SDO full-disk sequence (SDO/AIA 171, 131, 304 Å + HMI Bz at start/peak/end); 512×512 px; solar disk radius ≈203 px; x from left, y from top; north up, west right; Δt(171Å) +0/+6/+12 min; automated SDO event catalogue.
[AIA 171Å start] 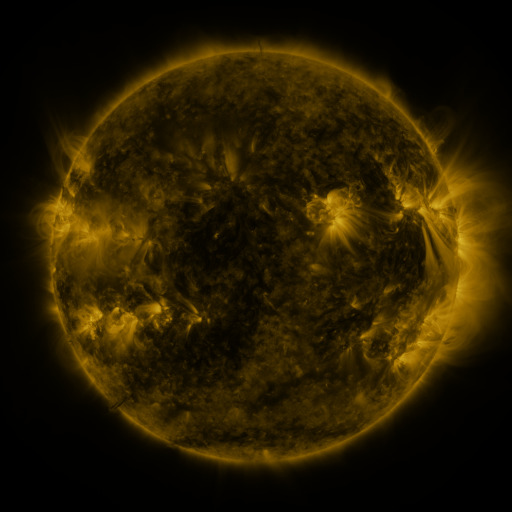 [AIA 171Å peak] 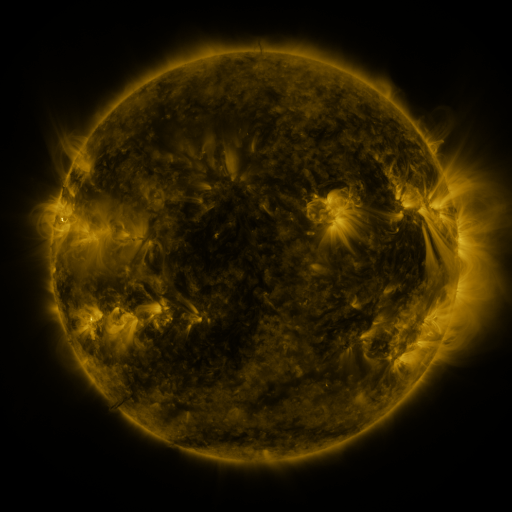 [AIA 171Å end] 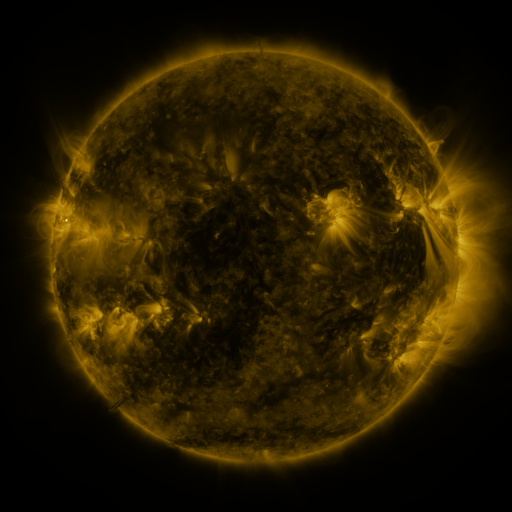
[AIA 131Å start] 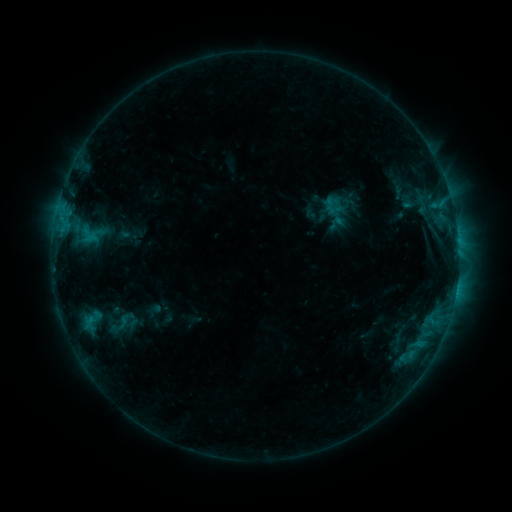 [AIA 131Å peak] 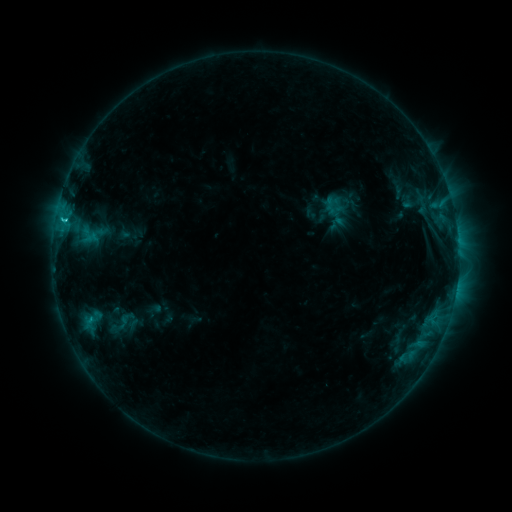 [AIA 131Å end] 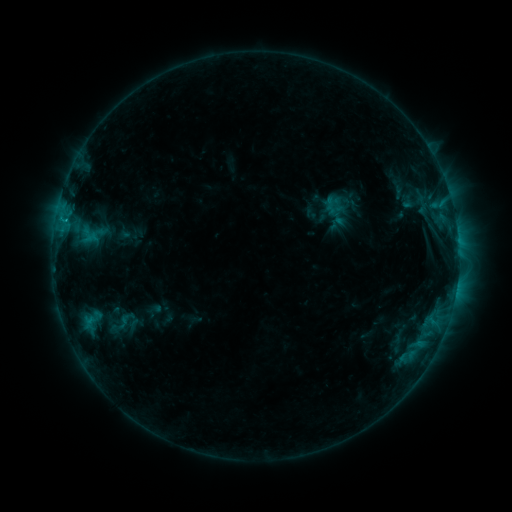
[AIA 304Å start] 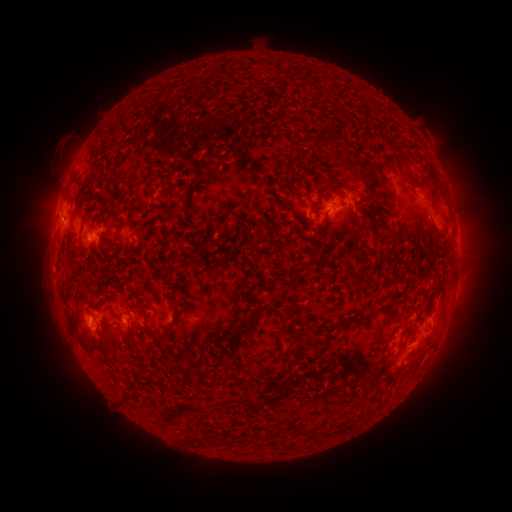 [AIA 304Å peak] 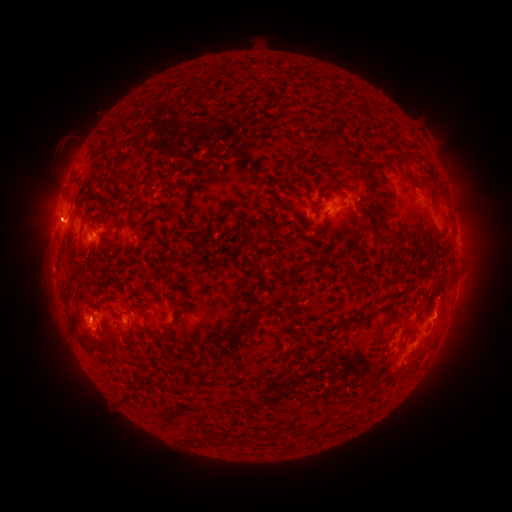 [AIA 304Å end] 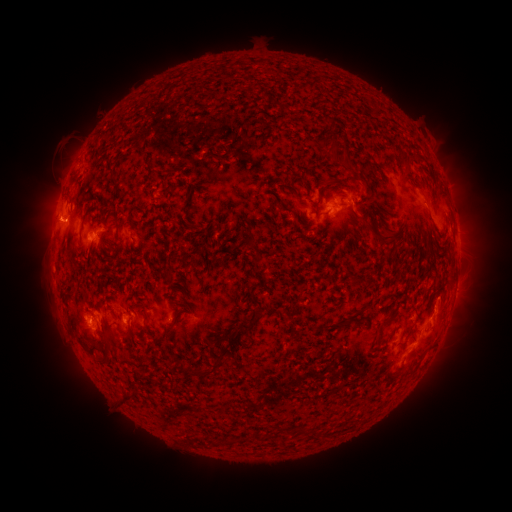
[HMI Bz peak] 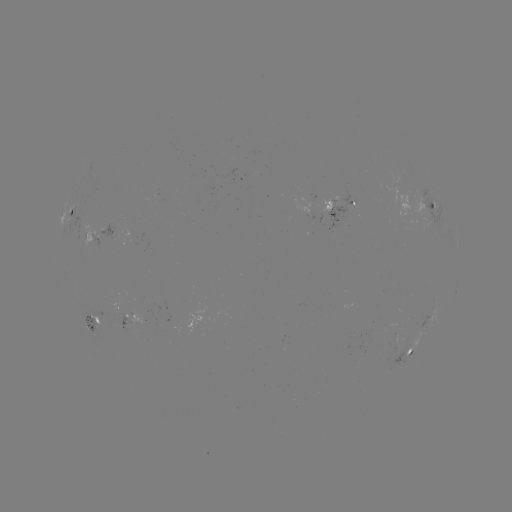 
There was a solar eruption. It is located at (442, 315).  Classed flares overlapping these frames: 1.